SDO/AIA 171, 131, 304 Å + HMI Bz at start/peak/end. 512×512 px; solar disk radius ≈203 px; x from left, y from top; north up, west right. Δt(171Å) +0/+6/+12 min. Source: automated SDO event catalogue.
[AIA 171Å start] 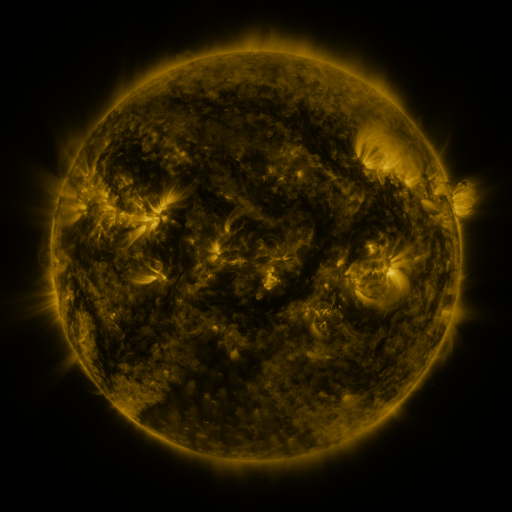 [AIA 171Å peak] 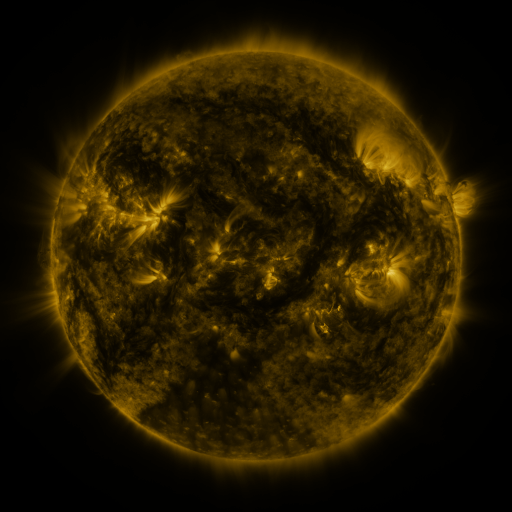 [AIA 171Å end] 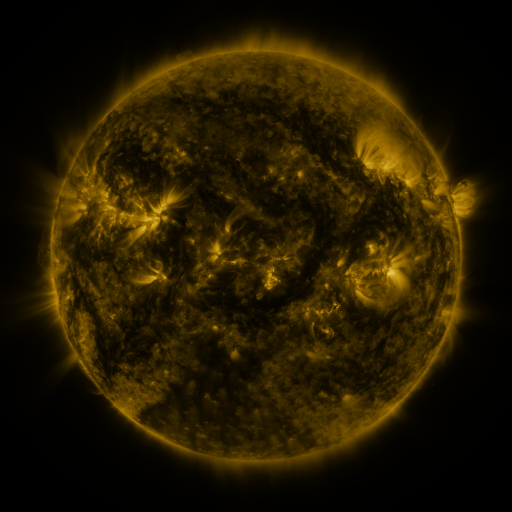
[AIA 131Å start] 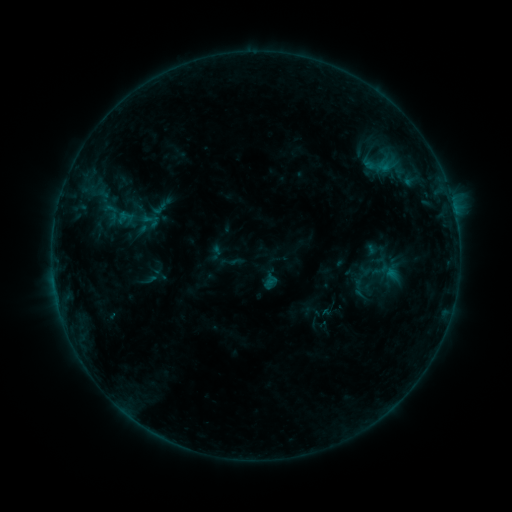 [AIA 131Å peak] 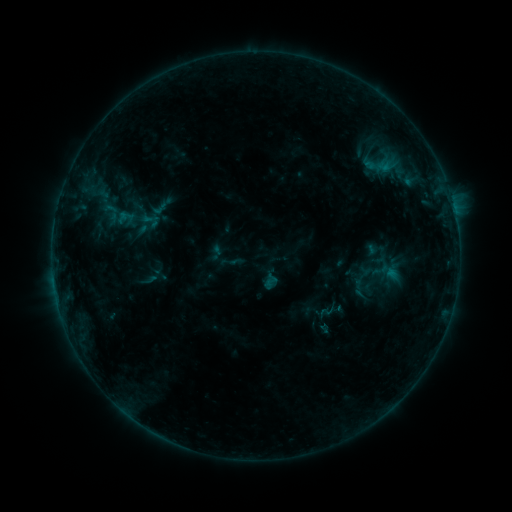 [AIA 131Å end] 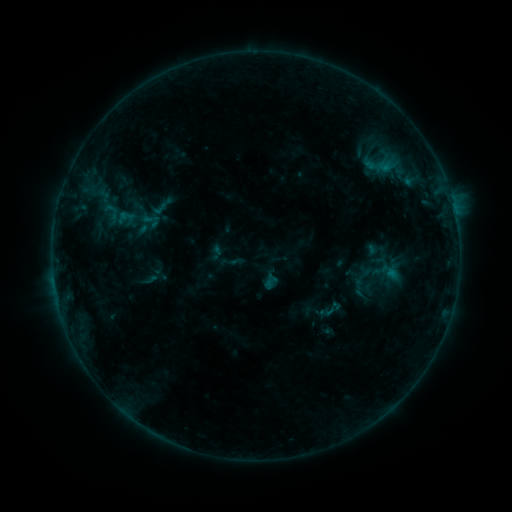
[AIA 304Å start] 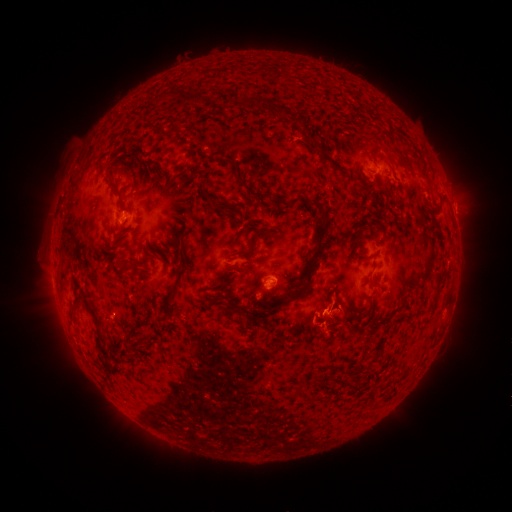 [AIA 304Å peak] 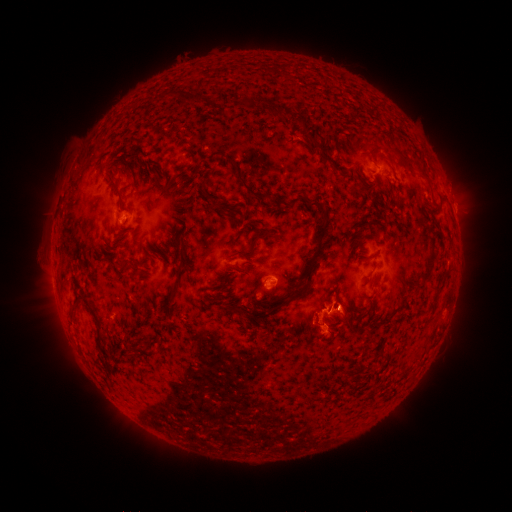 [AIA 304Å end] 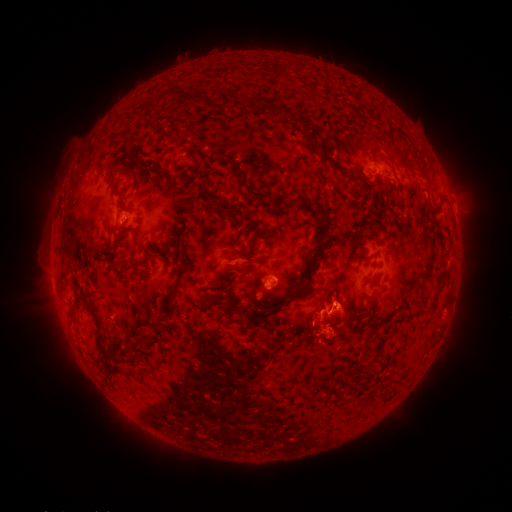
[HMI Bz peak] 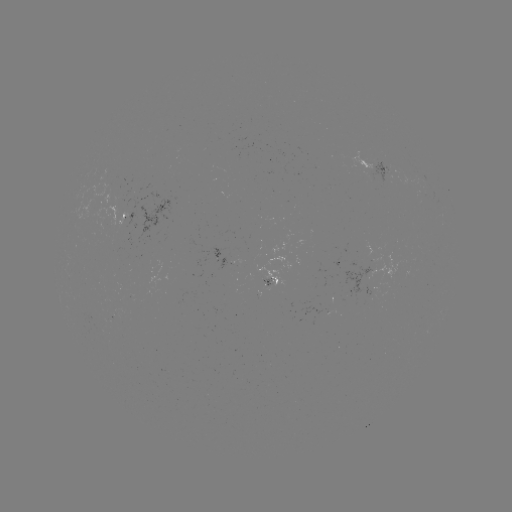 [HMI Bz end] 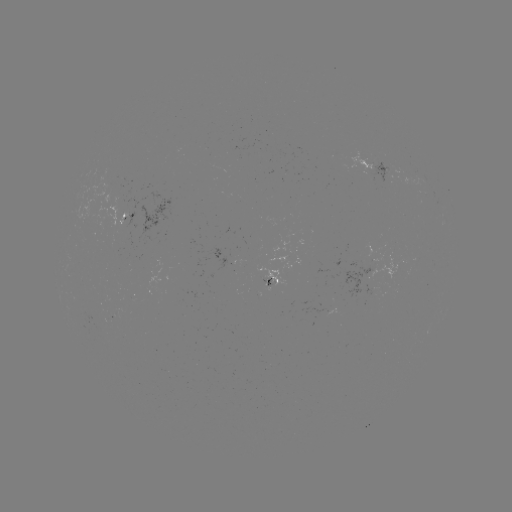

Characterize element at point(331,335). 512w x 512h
eruption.